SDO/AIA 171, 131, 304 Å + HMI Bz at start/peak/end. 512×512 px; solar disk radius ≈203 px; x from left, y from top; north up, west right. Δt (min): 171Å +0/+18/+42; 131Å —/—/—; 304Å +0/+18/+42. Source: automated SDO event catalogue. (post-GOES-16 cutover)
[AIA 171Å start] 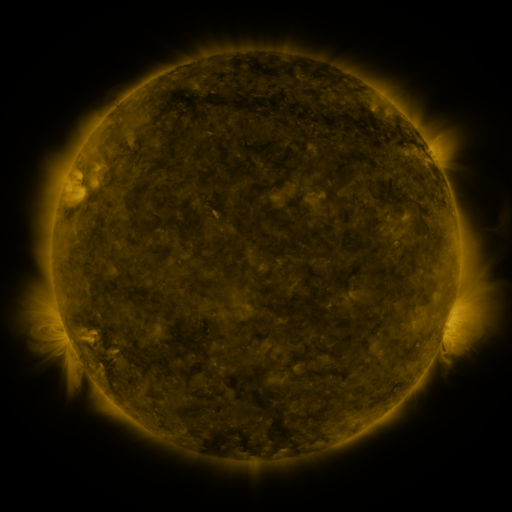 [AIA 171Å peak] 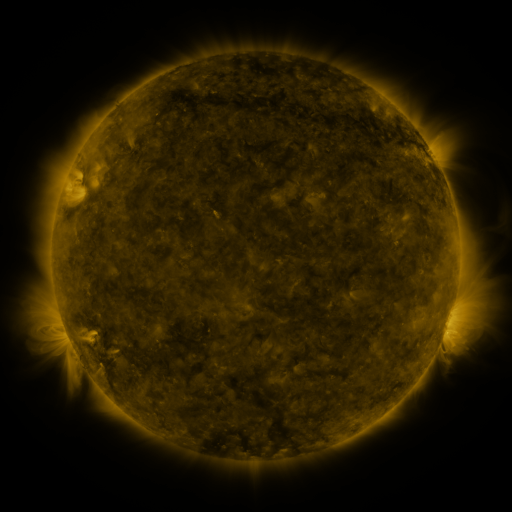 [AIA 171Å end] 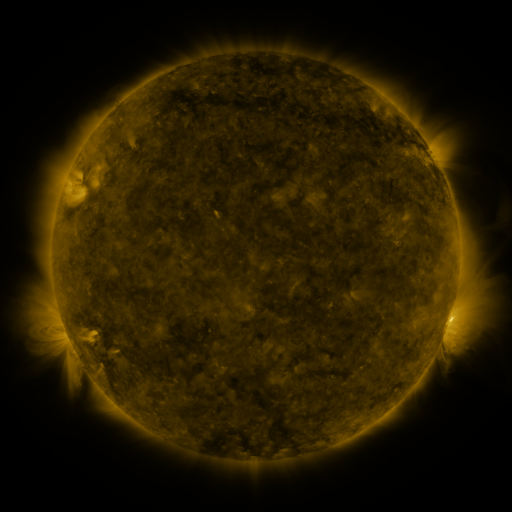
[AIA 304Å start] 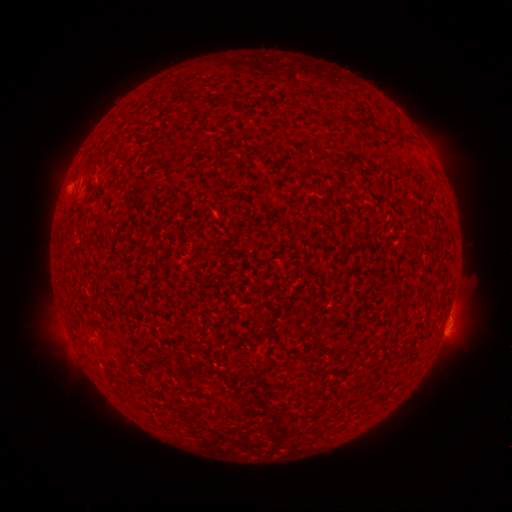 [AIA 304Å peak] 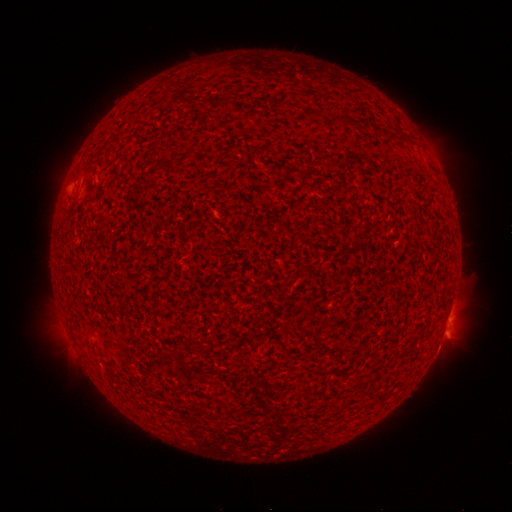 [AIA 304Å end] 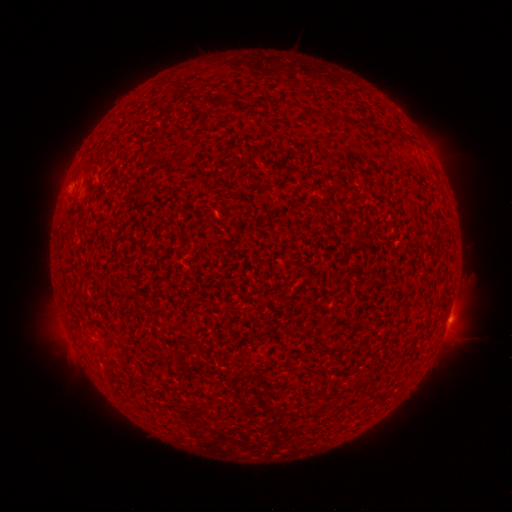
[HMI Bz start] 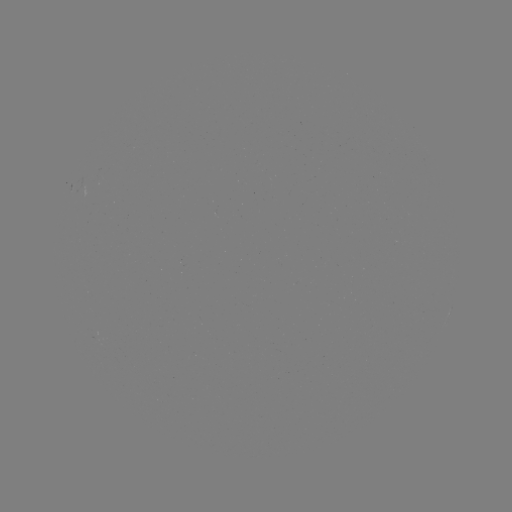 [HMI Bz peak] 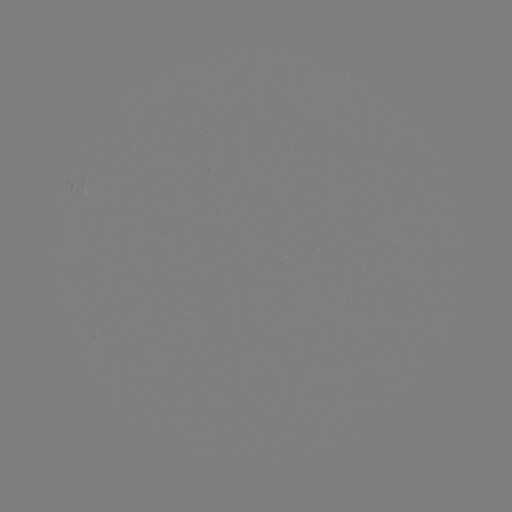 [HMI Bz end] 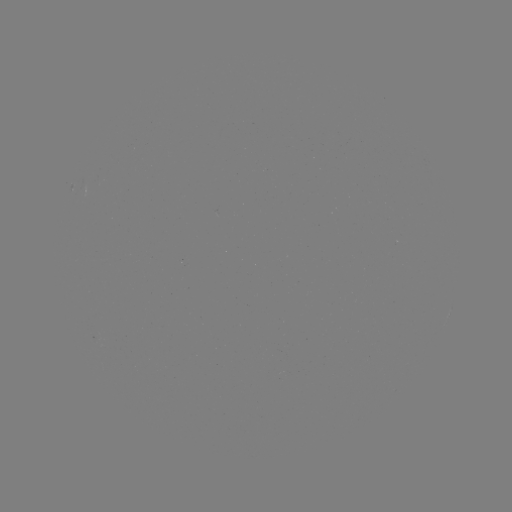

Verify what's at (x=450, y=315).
C1.6 flare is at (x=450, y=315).